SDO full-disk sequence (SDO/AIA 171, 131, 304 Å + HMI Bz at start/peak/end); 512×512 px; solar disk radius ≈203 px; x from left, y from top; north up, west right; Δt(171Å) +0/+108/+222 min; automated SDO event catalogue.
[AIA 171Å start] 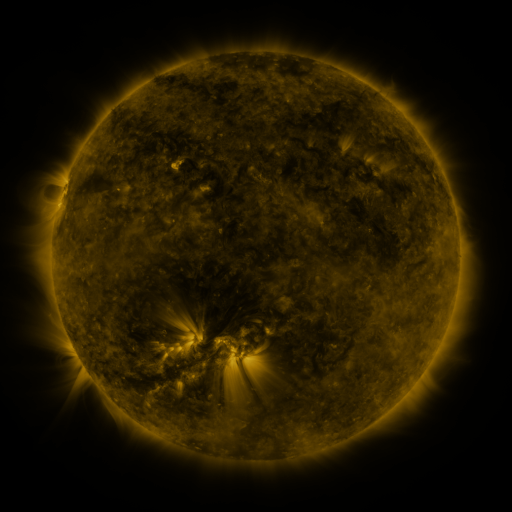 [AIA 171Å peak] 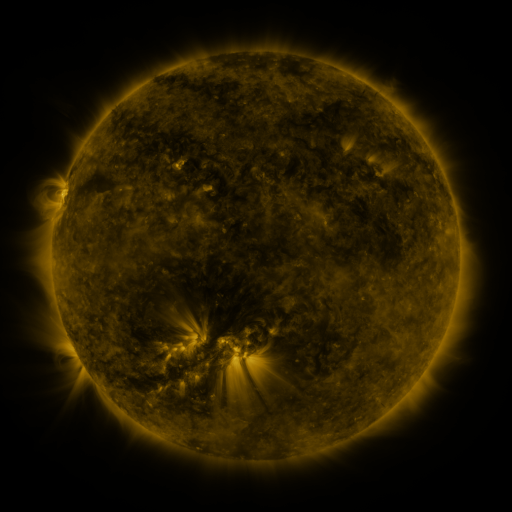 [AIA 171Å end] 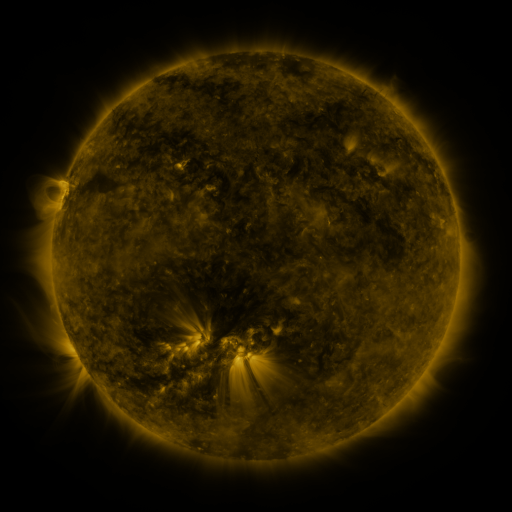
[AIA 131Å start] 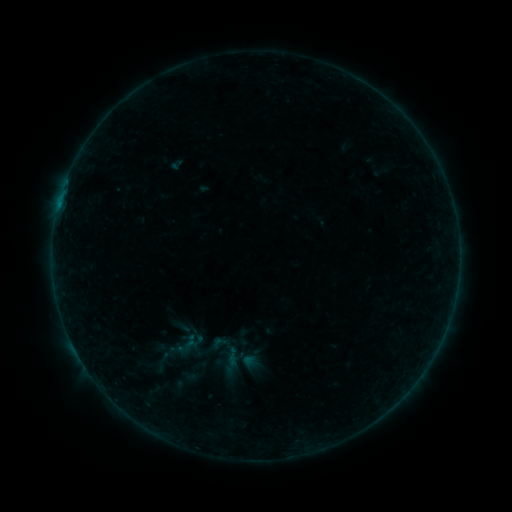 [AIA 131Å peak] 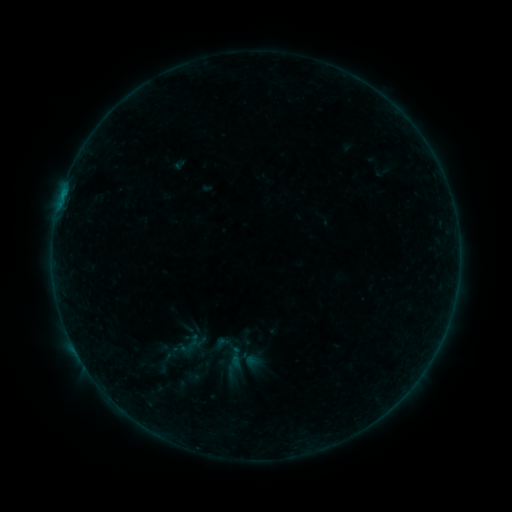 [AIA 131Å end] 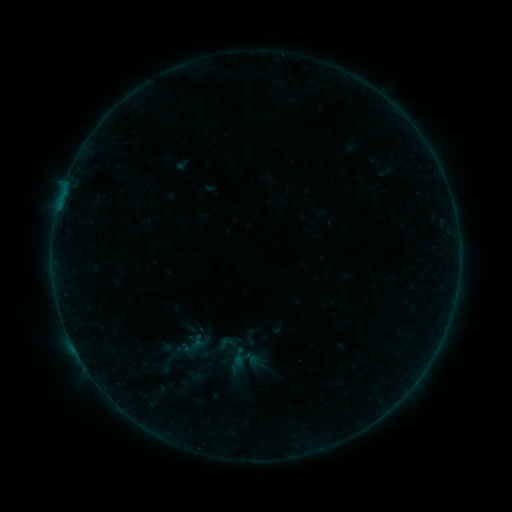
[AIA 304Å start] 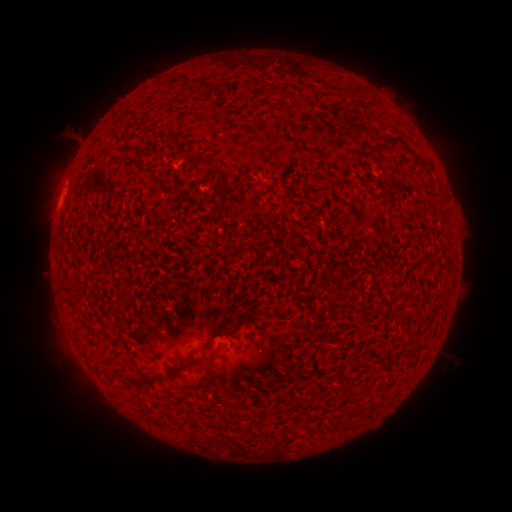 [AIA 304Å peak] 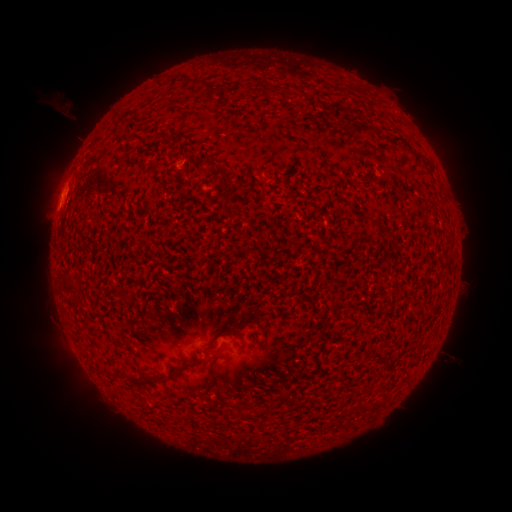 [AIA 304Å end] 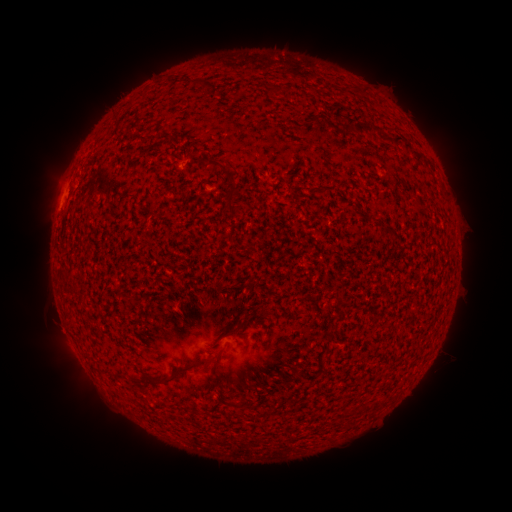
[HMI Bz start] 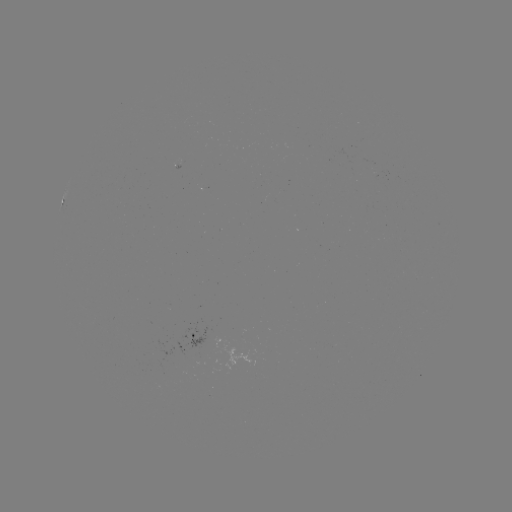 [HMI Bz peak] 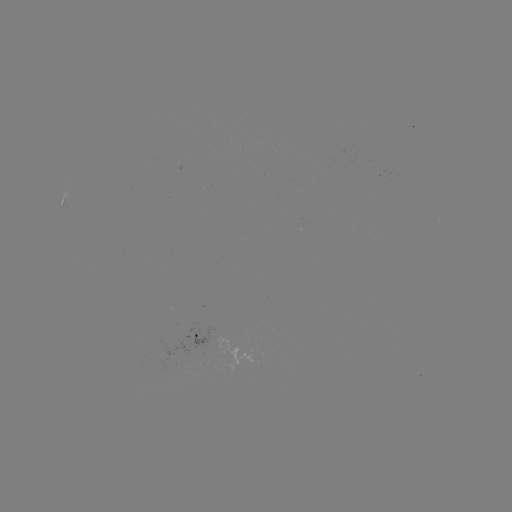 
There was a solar filament eruption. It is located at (66, 140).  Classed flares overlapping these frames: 1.